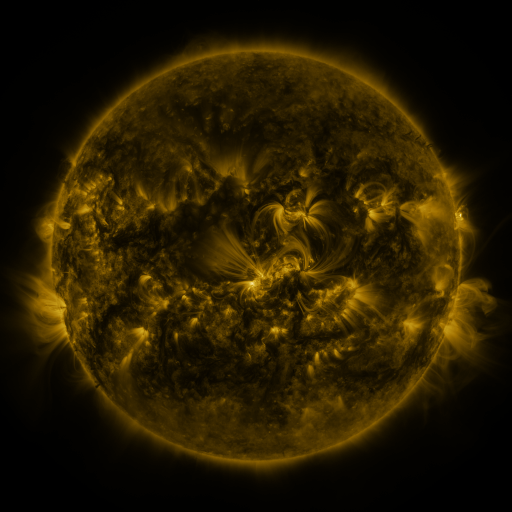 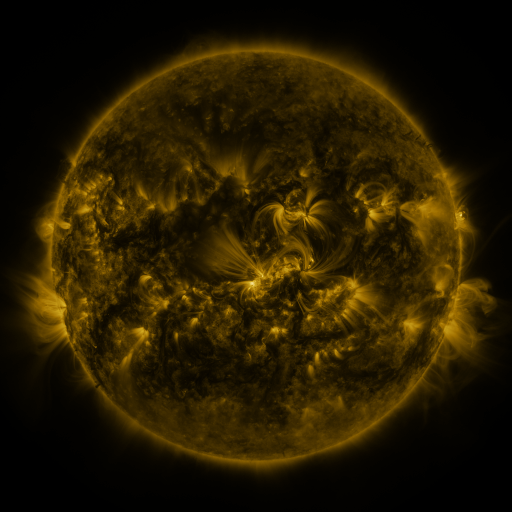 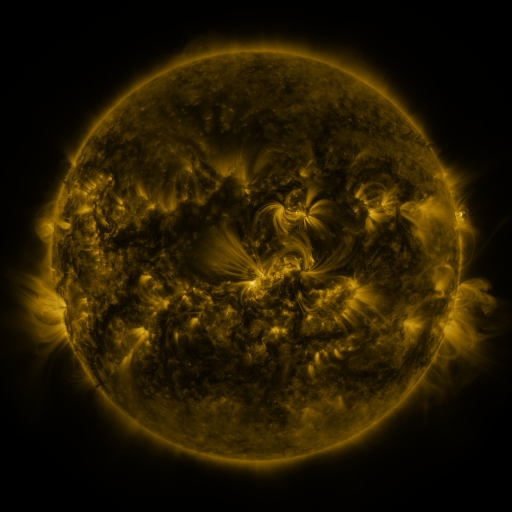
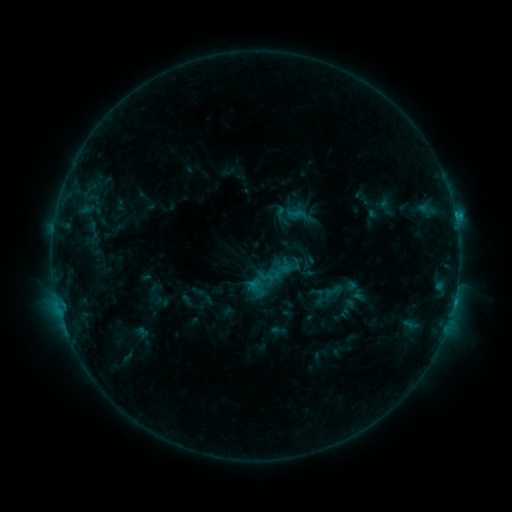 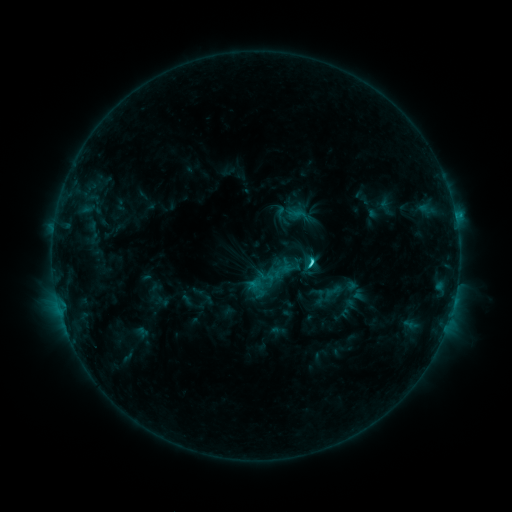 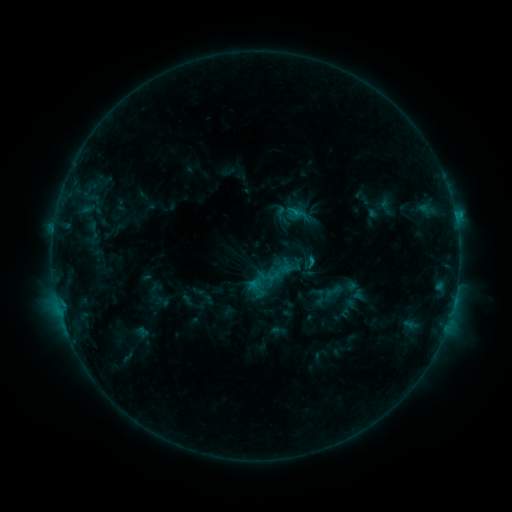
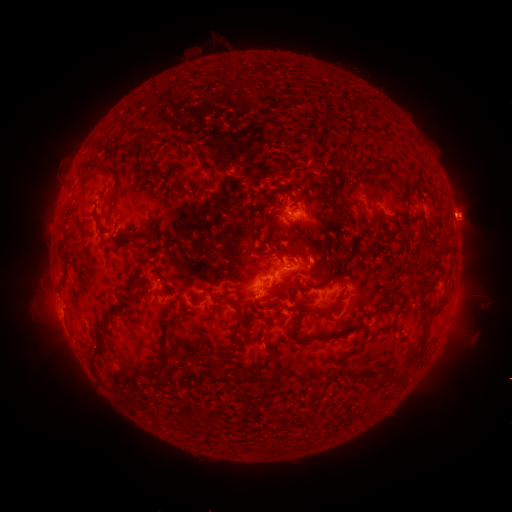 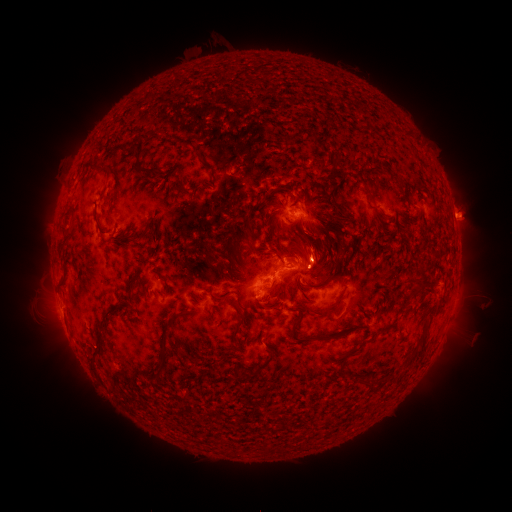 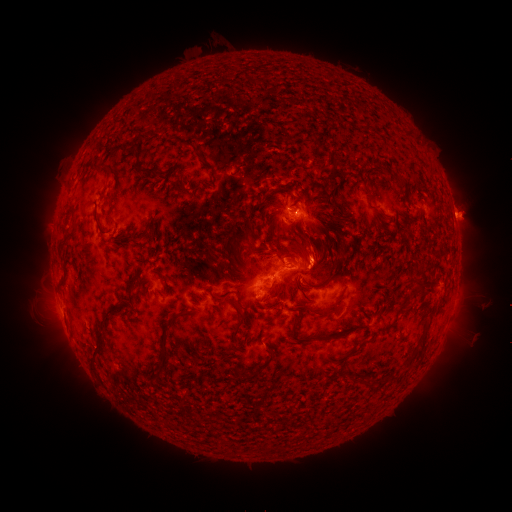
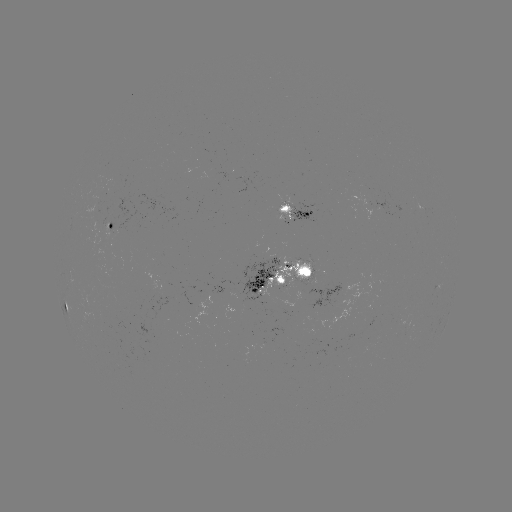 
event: flare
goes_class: C2.4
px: (308, 260)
